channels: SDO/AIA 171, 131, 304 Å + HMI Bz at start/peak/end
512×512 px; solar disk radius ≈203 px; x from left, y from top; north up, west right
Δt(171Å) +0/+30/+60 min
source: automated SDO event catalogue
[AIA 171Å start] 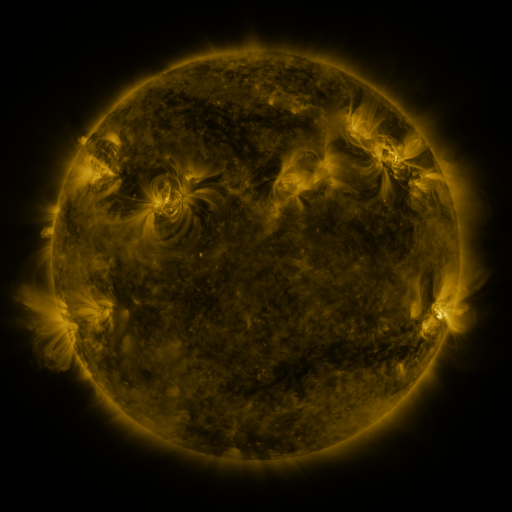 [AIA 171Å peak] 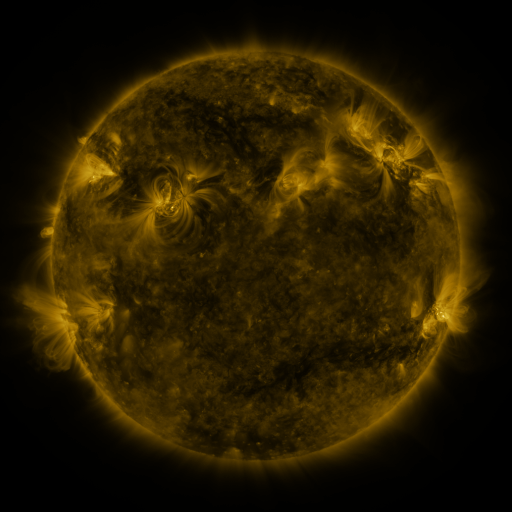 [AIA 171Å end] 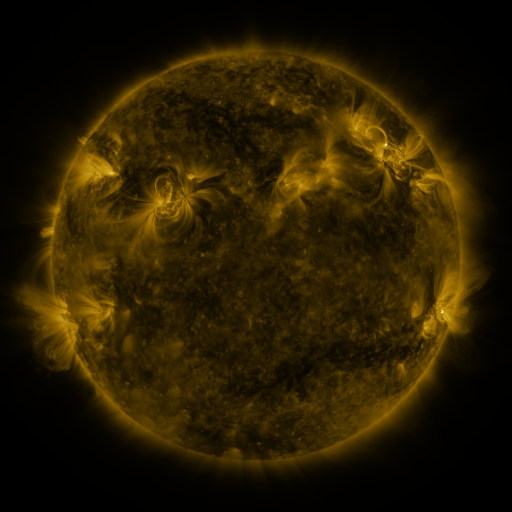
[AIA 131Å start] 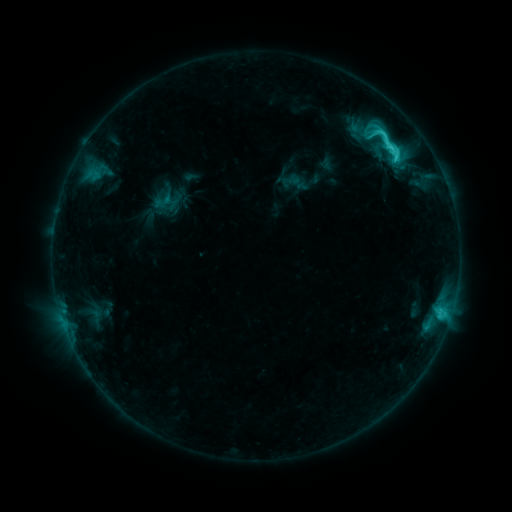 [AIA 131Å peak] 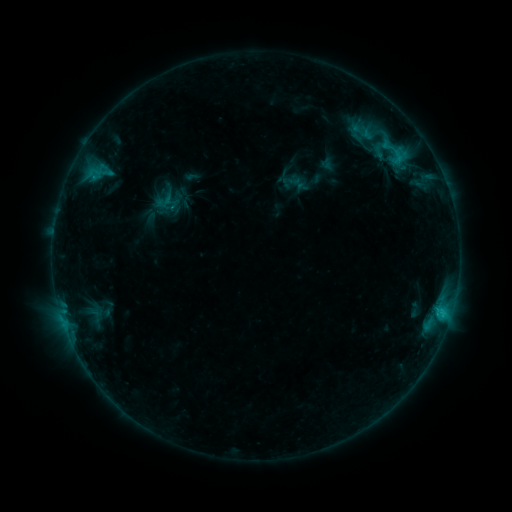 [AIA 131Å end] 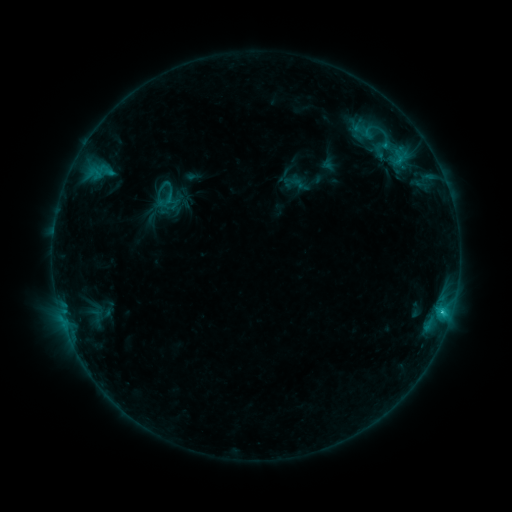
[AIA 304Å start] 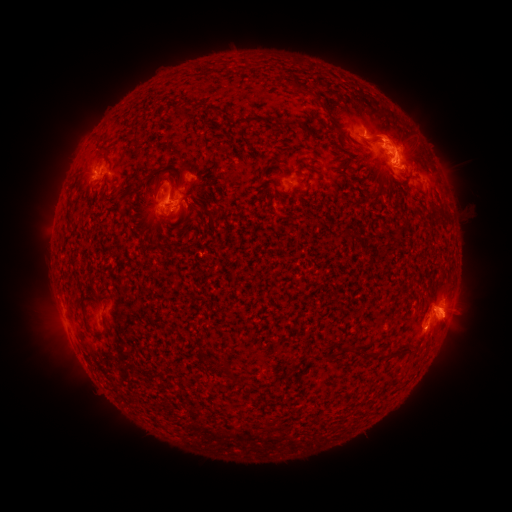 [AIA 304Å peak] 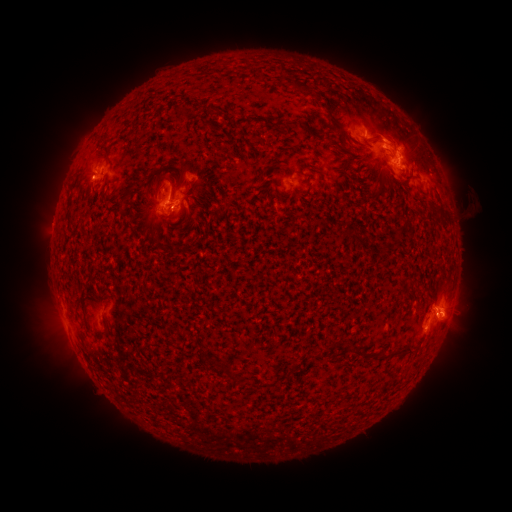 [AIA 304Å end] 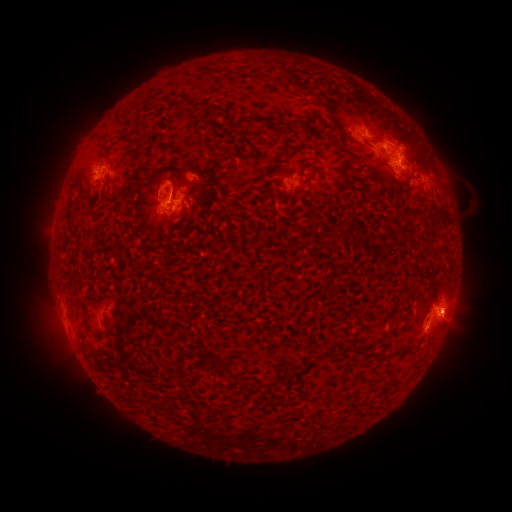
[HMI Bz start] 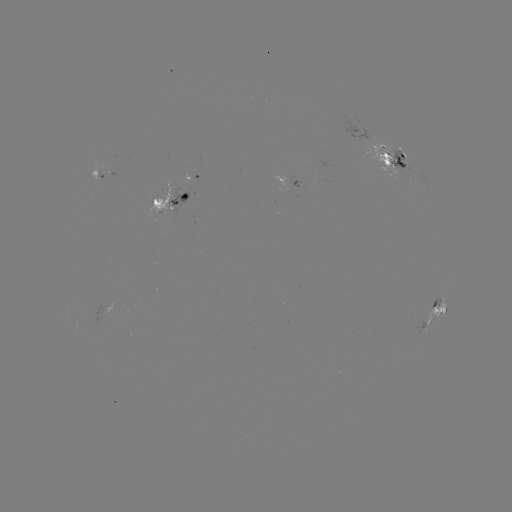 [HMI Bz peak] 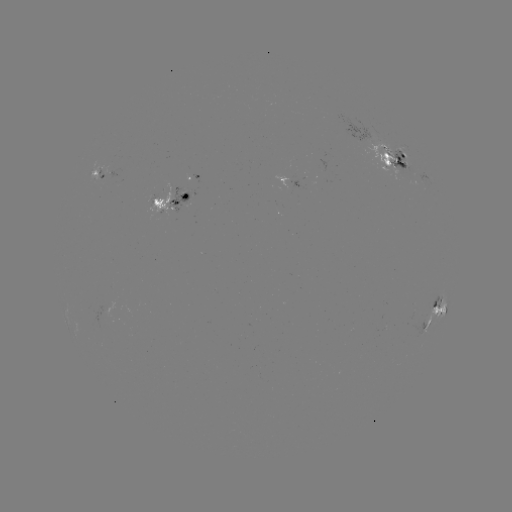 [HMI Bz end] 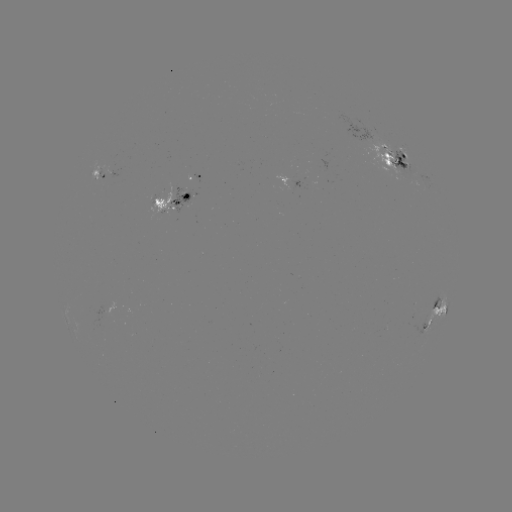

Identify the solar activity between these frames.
emerging-flux region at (400, 161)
